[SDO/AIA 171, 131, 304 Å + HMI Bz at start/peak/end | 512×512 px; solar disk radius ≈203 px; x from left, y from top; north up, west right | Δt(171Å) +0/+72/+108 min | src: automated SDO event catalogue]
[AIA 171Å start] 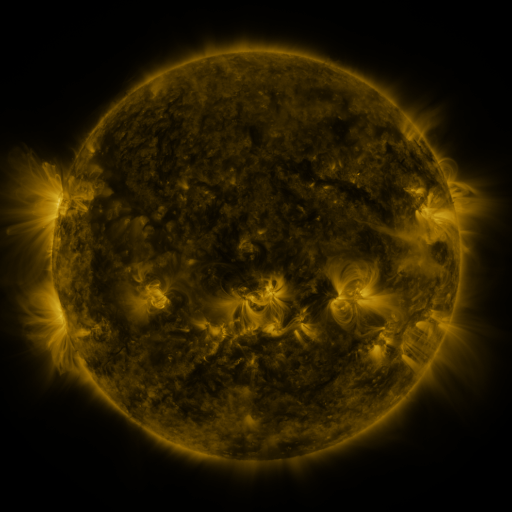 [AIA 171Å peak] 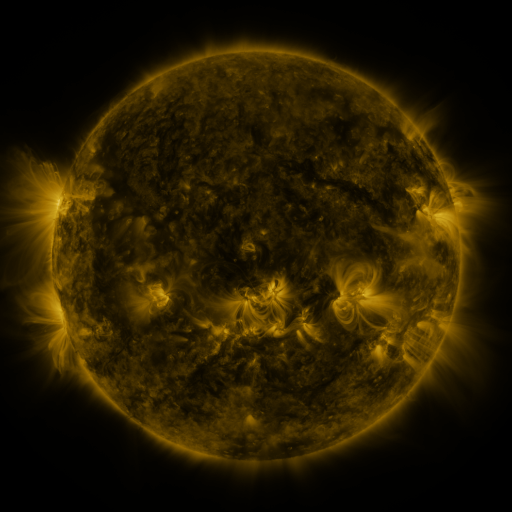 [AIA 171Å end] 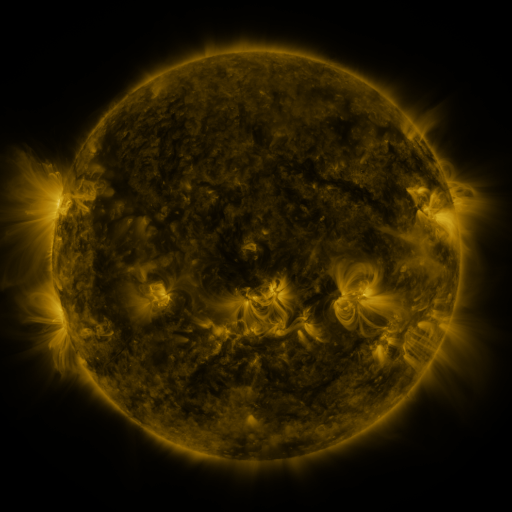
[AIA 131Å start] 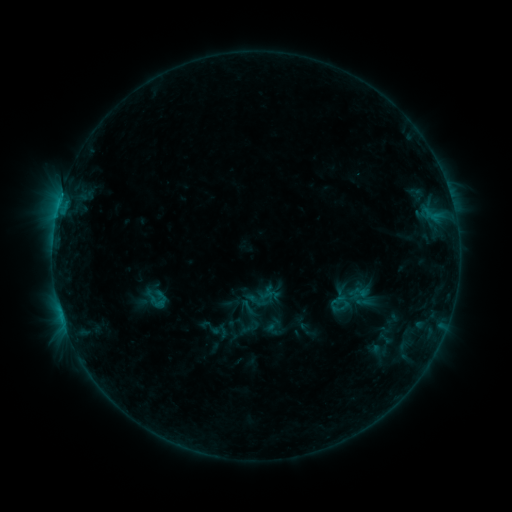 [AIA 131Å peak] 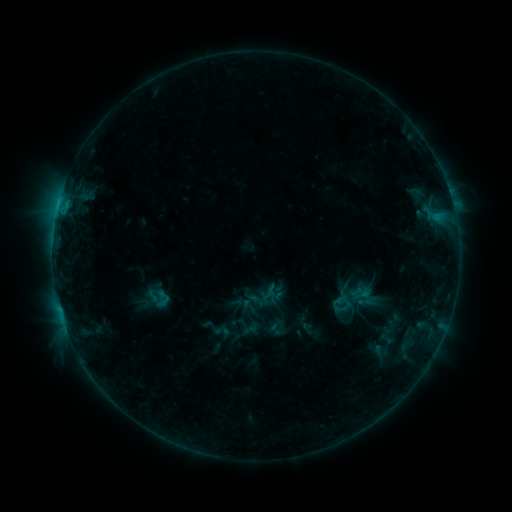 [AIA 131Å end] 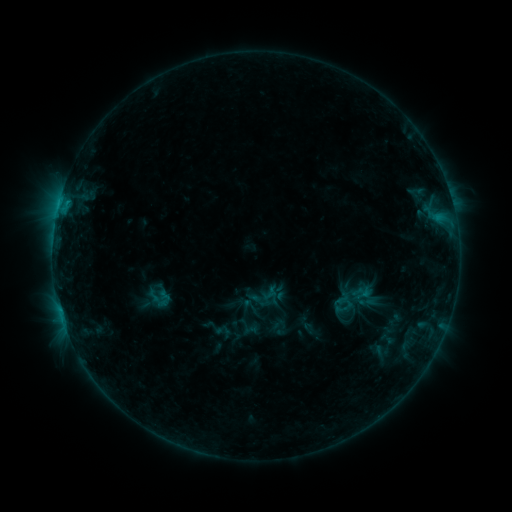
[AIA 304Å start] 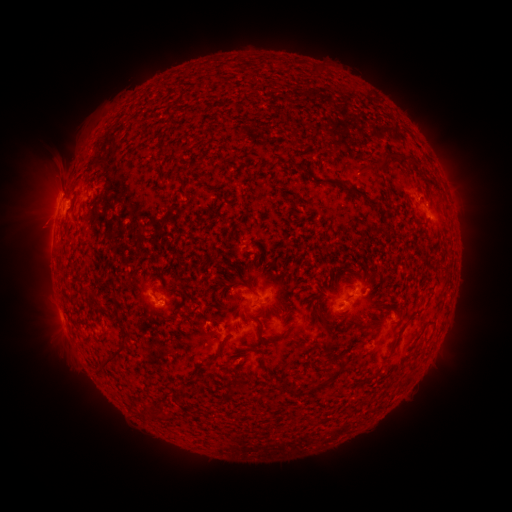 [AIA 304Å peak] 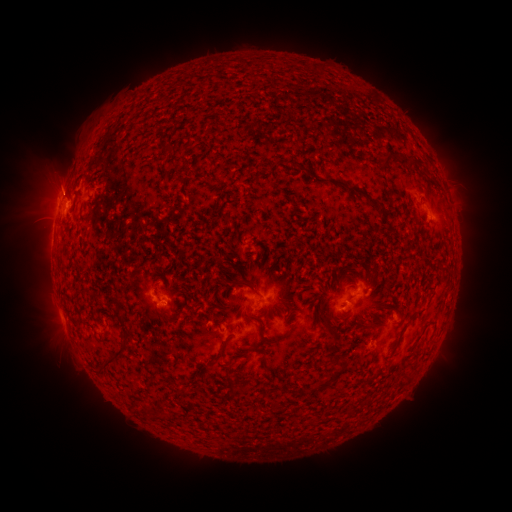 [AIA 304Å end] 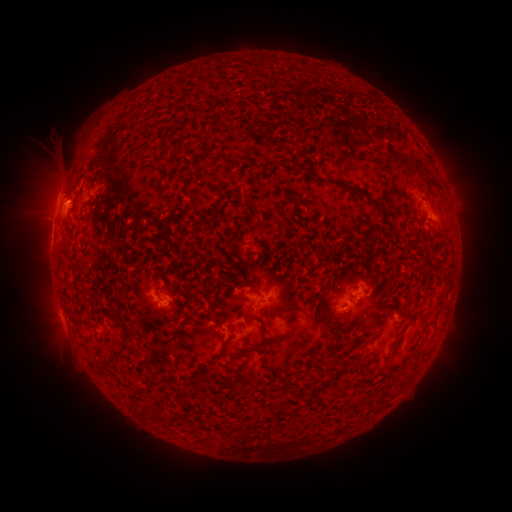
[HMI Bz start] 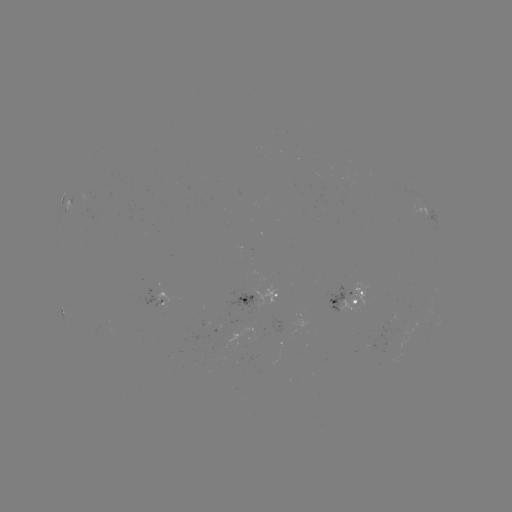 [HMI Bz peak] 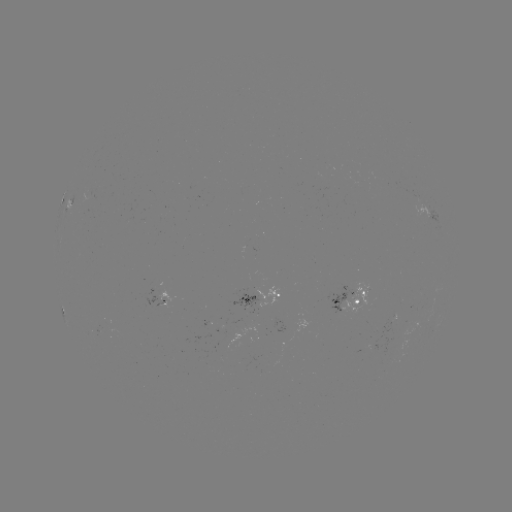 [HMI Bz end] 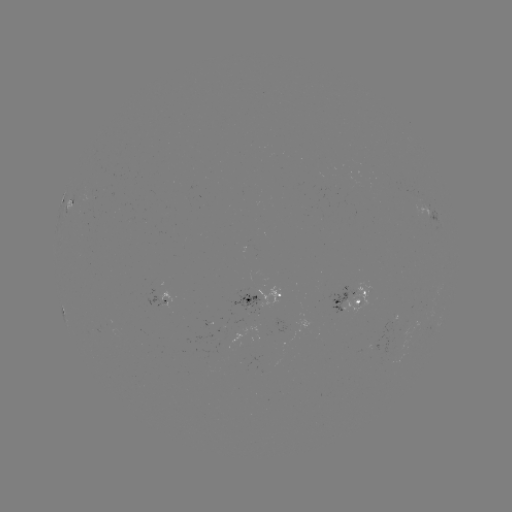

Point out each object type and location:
emerging-flux region: (261, 335)
